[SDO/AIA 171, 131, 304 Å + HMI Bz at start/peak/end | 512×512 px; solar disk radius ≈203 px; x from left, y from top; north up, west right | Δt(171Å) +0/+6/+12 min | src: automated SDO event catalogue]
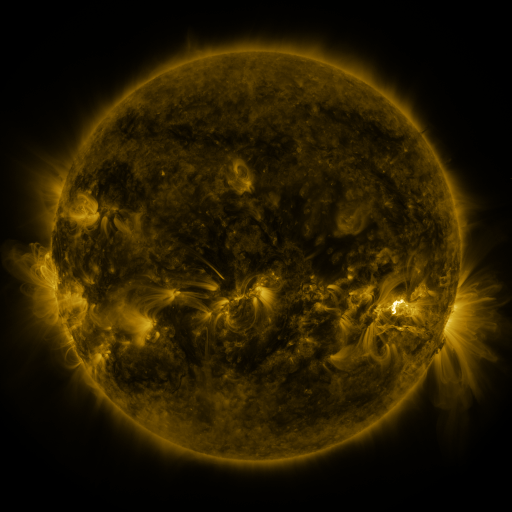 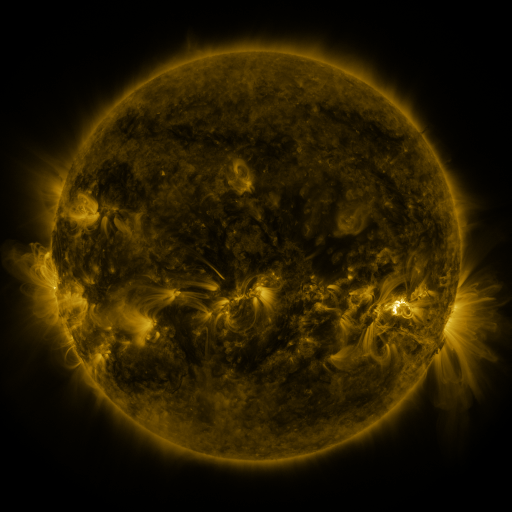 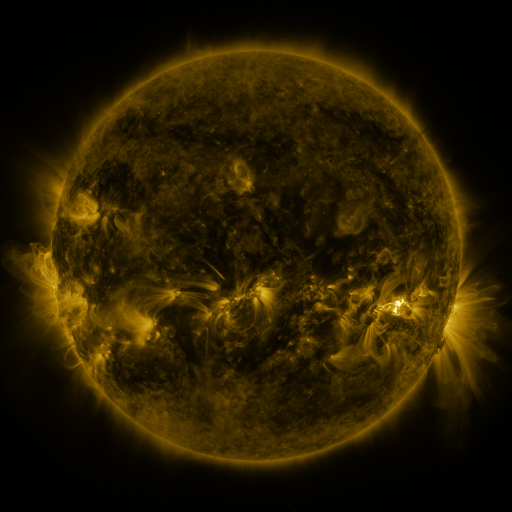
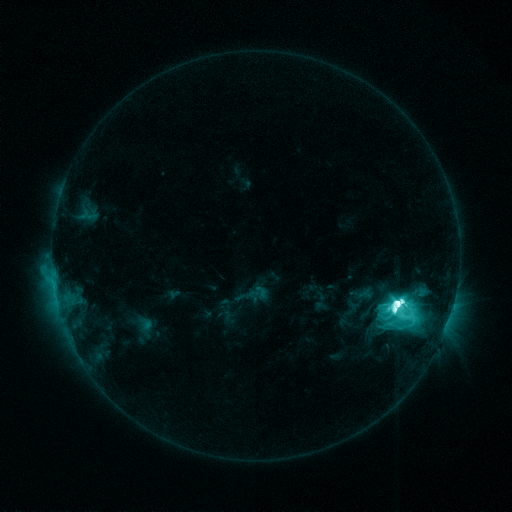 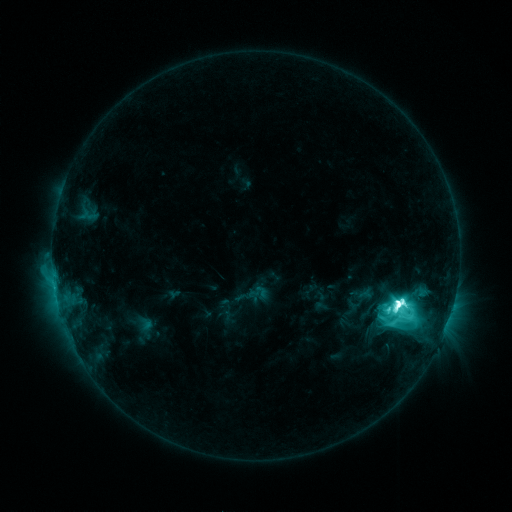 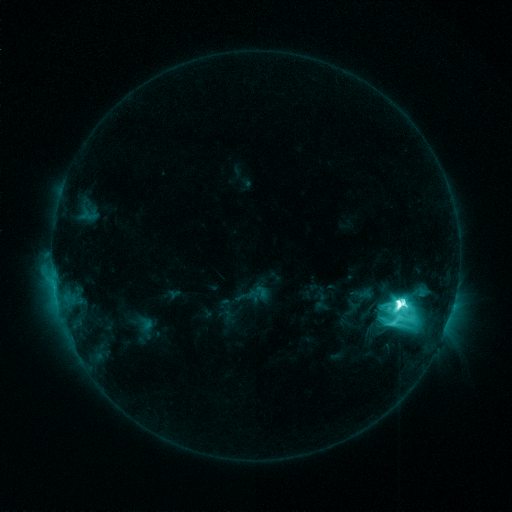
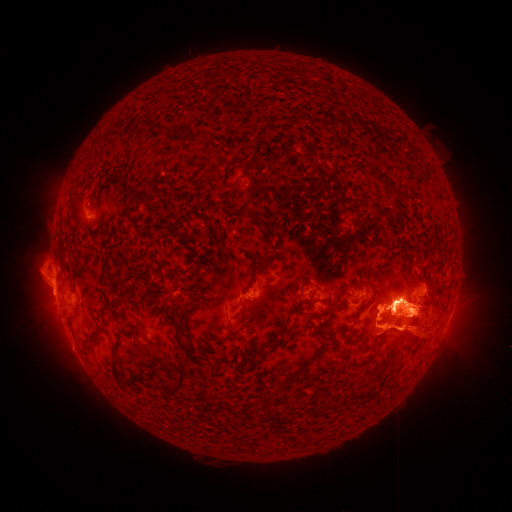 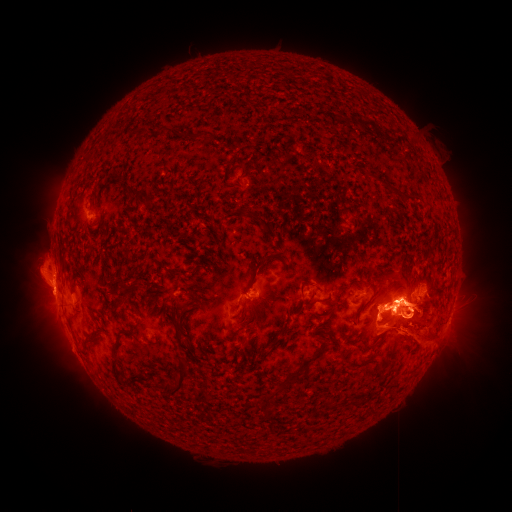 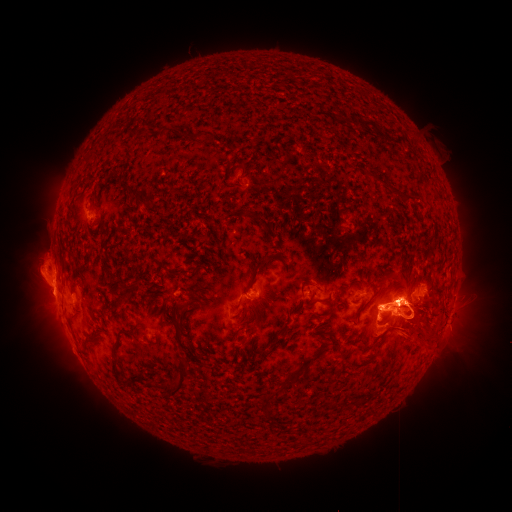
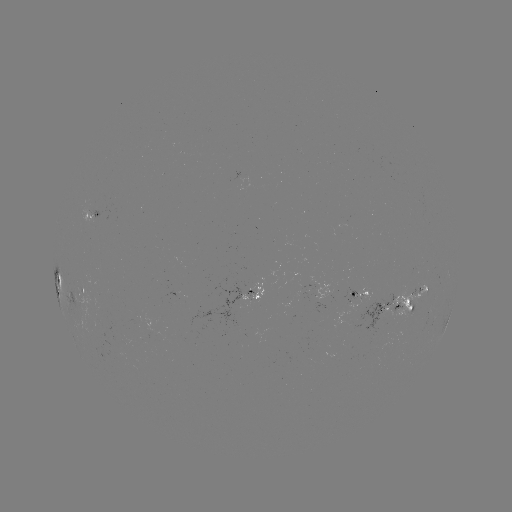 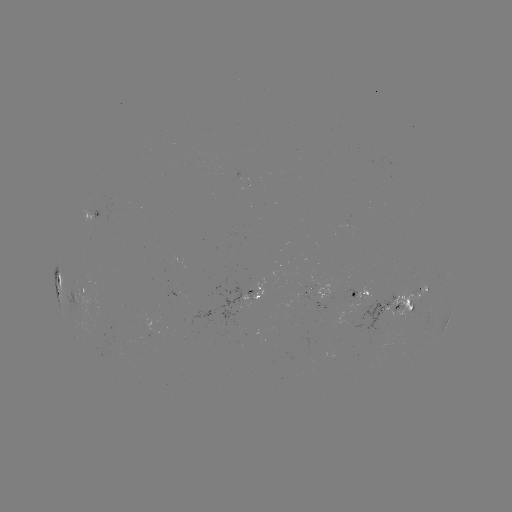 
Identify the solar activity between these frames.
eruption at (43, 295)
